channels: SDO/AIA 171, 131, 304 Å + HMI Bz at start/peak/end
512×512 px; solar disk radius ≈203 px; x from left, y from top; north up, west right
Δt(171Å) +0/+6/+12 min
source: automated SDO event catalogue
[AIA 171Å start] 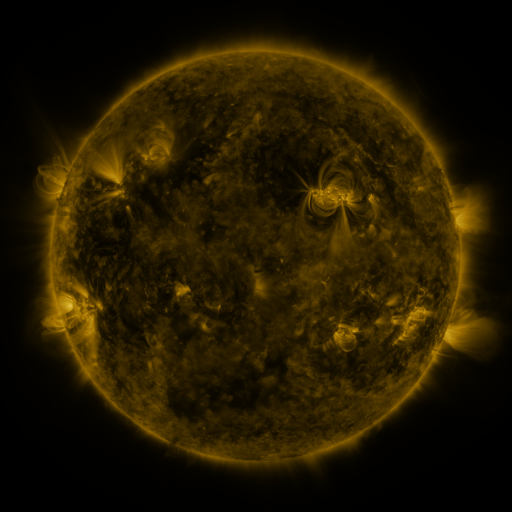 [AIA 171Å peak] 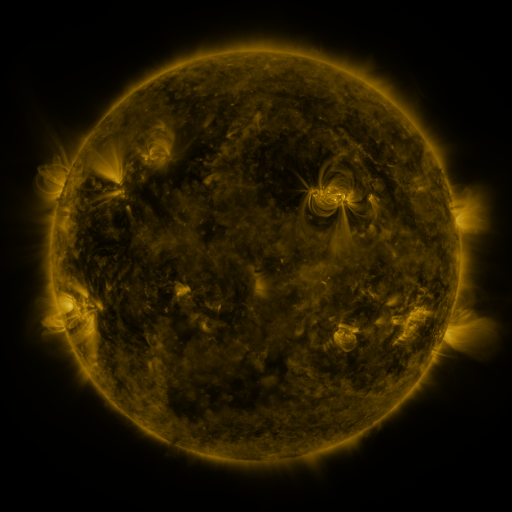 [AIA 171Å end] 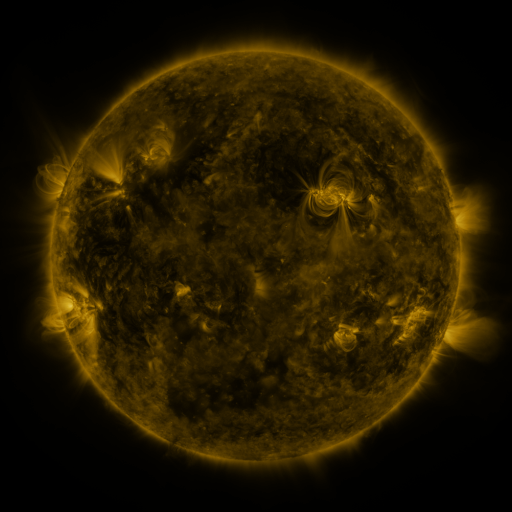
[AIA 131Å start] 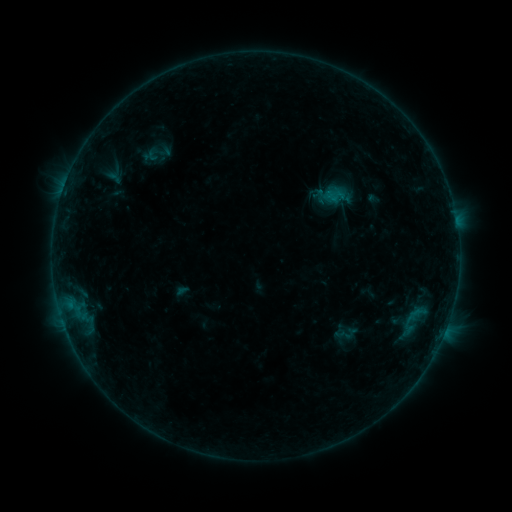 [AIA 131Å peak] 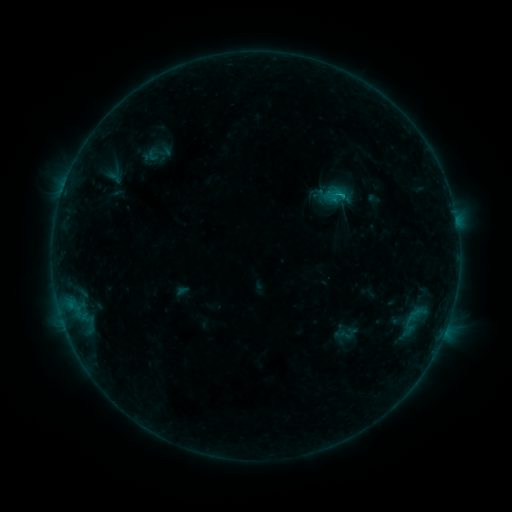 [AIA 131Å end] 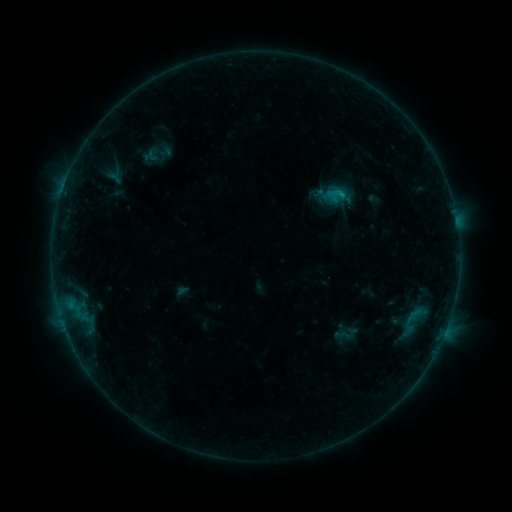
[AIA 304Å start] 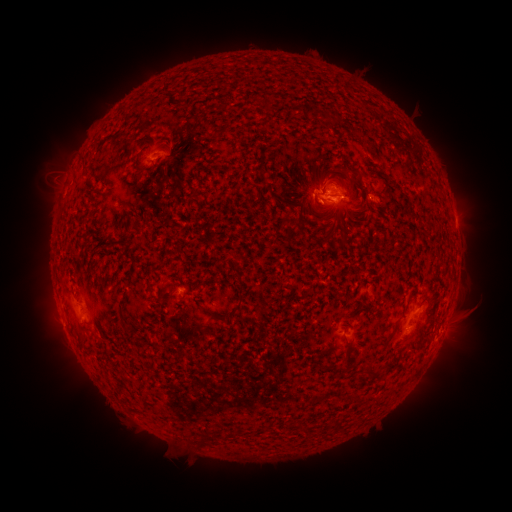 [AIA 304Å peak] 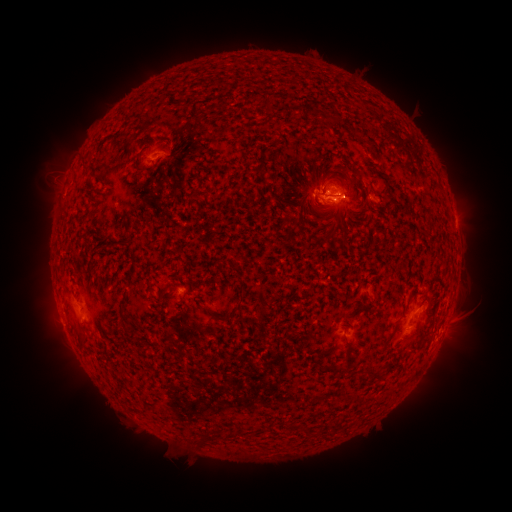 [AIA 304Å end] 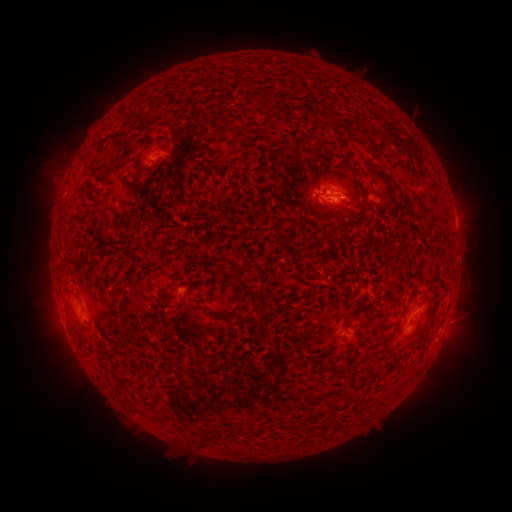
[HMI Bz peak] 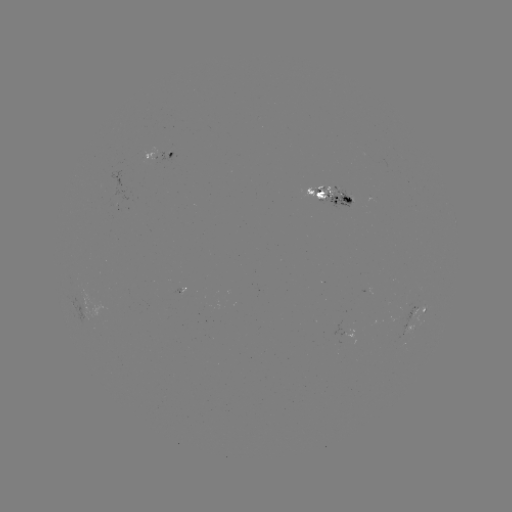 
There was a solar flare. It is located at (340, 197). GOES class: B7.8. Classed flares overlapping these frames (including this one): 1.